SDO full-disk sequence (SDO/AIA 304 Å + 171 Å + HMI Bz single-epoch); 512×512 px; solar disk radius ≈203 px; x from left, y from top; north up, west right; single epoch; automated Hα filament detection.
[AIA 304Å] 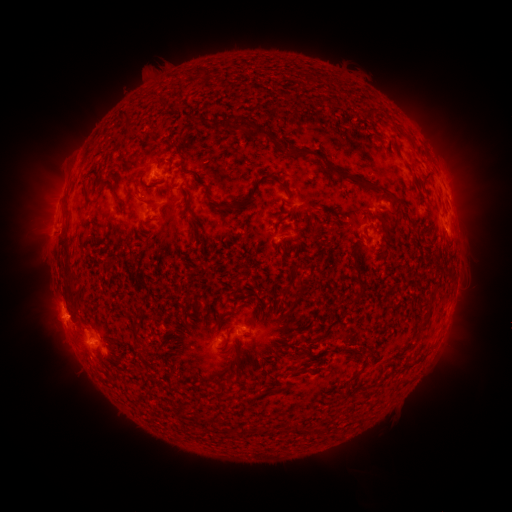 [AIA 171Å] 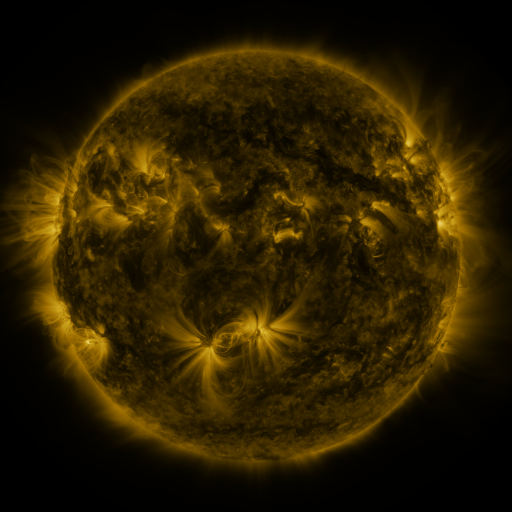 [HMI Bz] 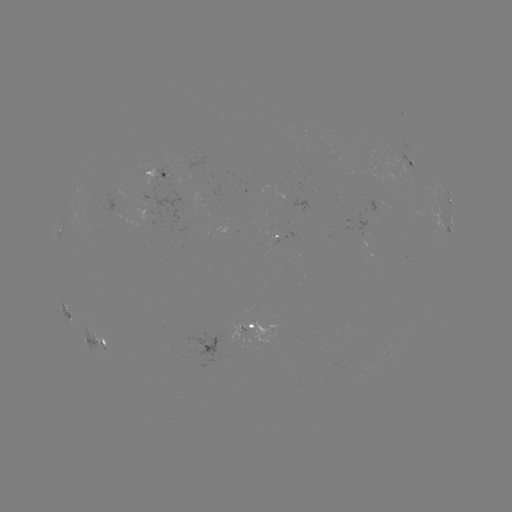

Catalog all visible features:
filament: (307, 80)
filament: (128, 123)
filament: (226, 128)
filament: (257, 132)
filament: (183, 158)
filament: (336, 170)
filament: (428, 176)
filament: (280, 183)
filament: (86, 193)
filament: (142, 201)
filament: (249, 201)
filament: (121, 202)
filament: (398, 203)
filament: (188, 205)
filament: (227, 206)
filament: (67, 212)
filament: (118, 229)
filament: (384, 233)
filament: (67, 268)
filament: (358, 270)
filament: (237, 283)
filament: (283, 292)
filament: (360, 295)
filament: (198, 305)
filament: (225, 314)
filament: (136, 323)
filament: (425, 323)
filament: (227, 340)
filament: (363, 354)
filament: (301, 360)
filament: (354, 377)
filament: (232, 382)
filament: (264, 393)
filament: (257, 431)
filament: (297, 431)
